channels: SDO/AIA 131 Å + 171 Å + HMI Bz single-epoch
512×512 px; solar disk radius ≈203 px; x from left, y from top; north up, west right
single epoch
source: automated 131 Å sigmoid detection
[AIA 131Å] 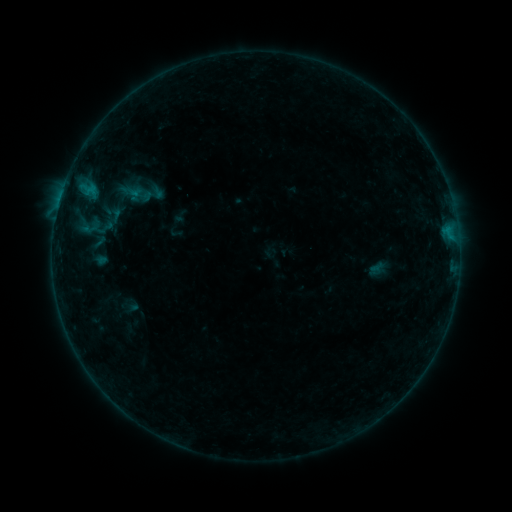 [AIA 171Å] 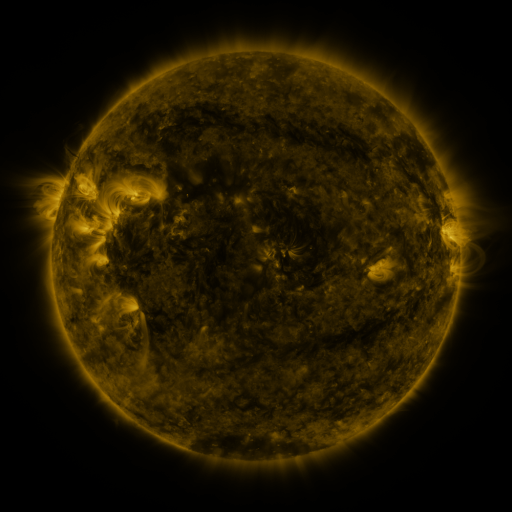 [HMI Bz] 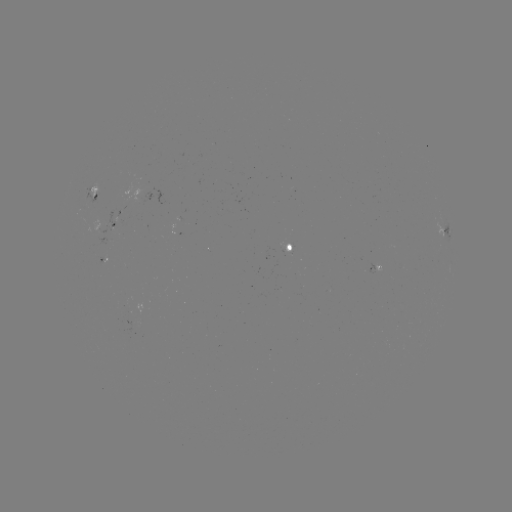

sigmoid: <bbox>91, 233, 106, 249</bbox>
